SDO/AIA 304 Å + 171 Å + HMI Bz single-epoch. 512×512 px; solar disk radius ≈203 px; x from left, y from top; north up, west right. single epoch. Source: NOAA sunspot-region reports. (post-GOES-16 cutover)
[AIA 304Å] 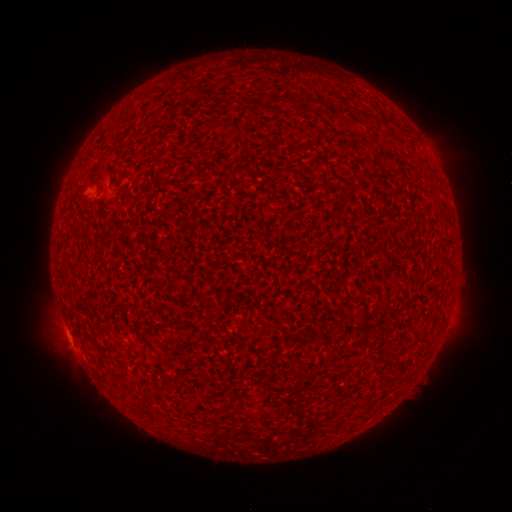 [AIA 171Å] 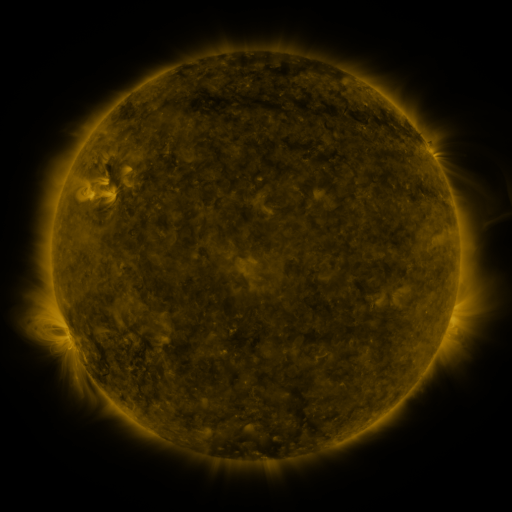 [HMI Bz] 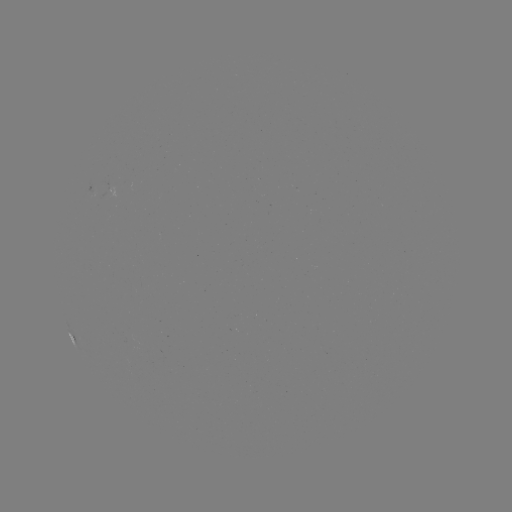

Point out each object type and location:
spotted active region: (95, 194)
